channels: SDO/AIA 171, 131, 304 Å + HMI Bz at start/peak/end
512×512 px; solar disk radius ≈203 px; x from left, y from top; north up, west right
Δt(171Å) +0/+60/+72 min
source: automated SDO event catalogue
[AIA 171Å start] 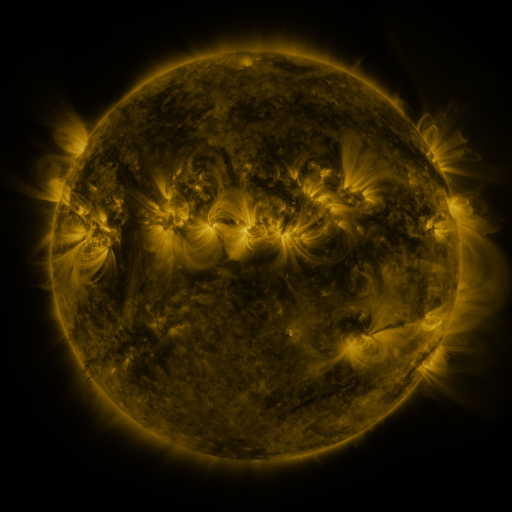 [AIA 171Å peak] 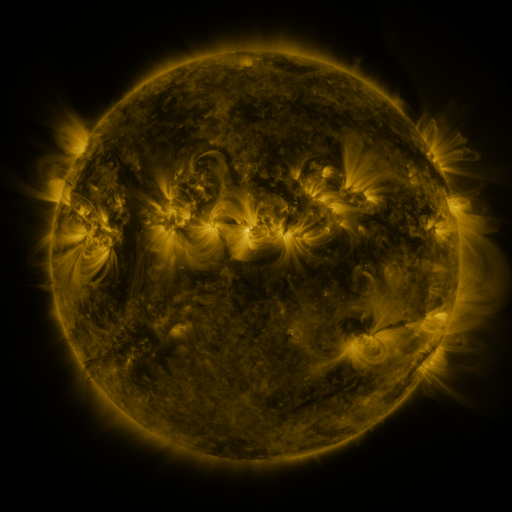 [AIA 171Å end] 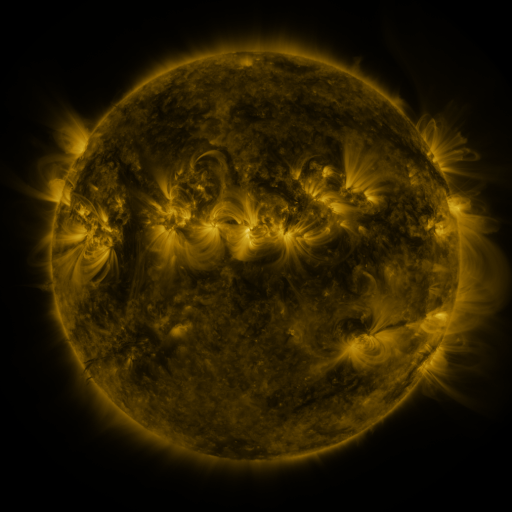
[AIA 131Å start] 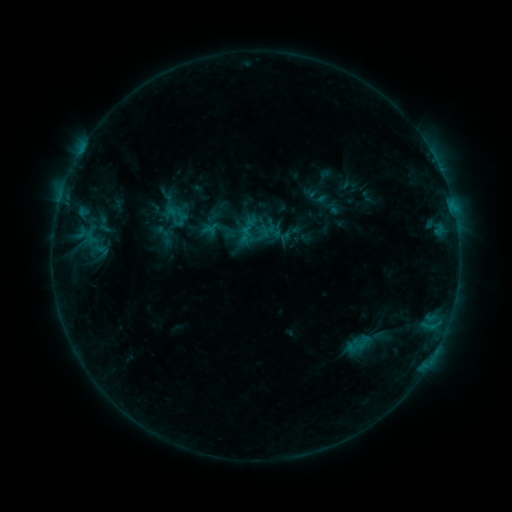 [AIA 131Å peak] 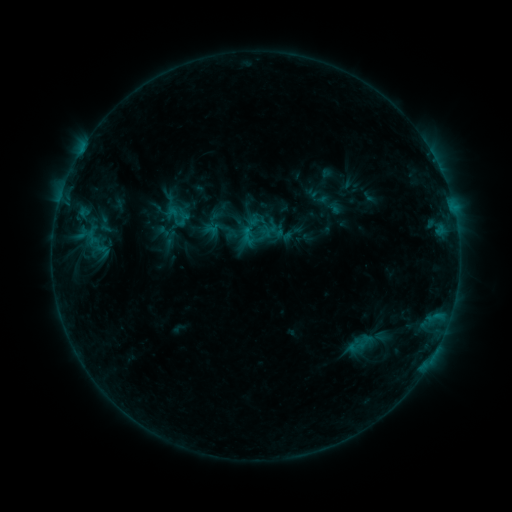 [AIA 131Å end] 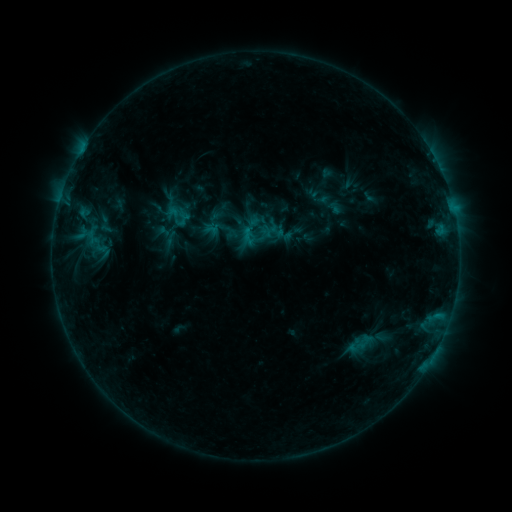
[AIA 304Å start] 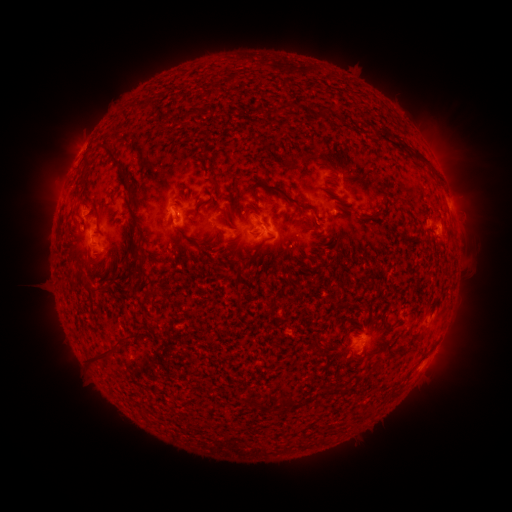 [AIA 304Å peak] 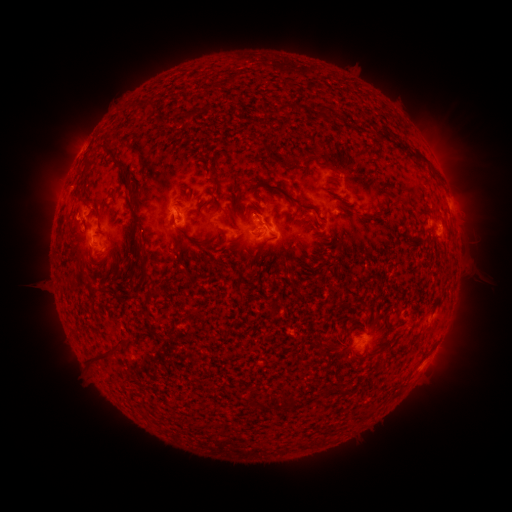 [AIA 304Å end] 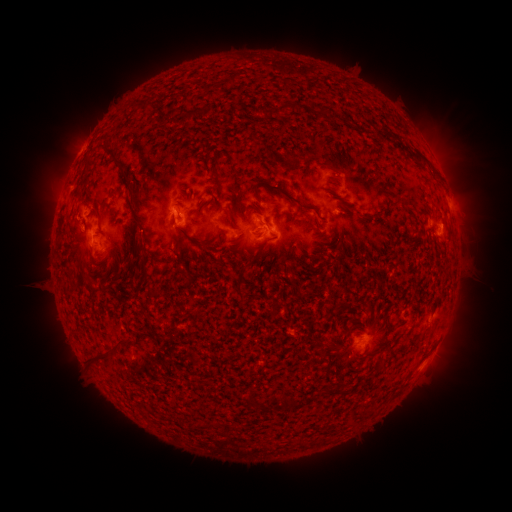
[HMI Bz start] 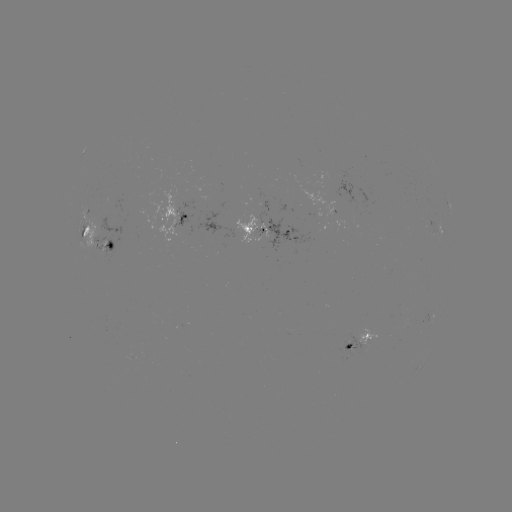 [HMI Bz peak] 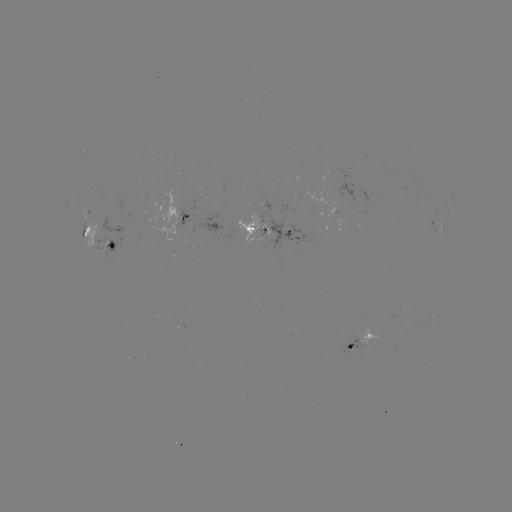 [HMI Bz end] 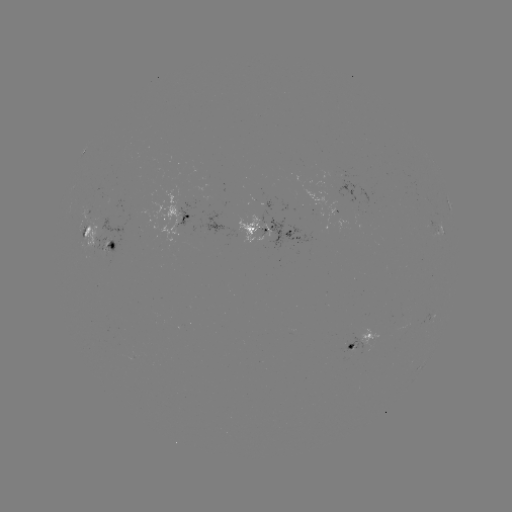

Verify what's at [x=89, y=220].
emerging-flux region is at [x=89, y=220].